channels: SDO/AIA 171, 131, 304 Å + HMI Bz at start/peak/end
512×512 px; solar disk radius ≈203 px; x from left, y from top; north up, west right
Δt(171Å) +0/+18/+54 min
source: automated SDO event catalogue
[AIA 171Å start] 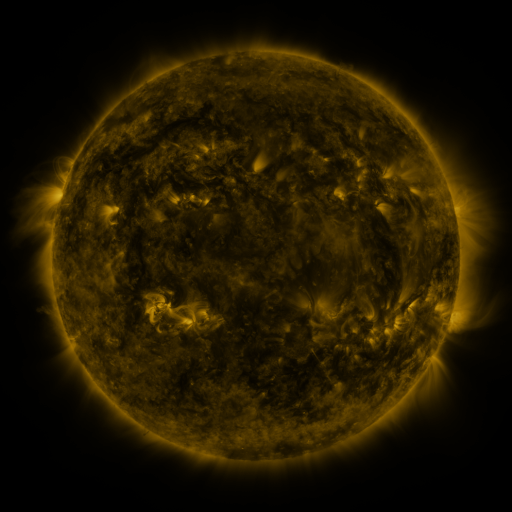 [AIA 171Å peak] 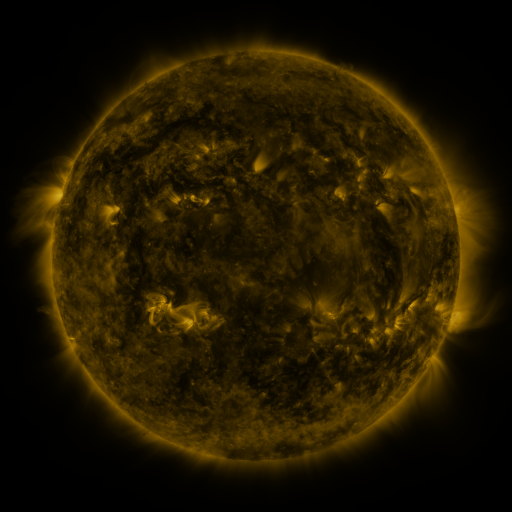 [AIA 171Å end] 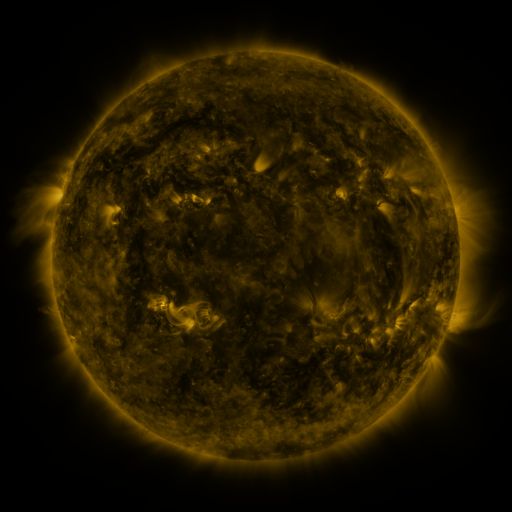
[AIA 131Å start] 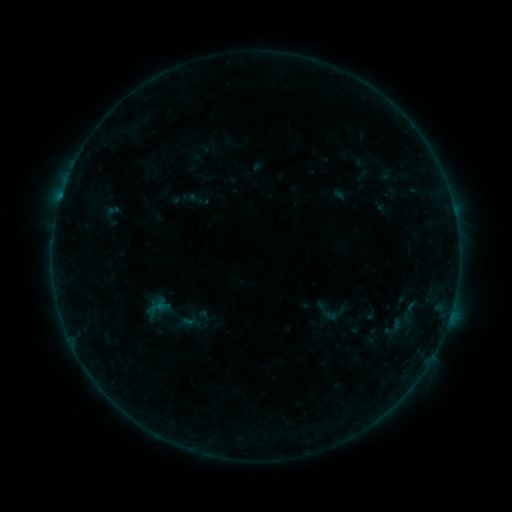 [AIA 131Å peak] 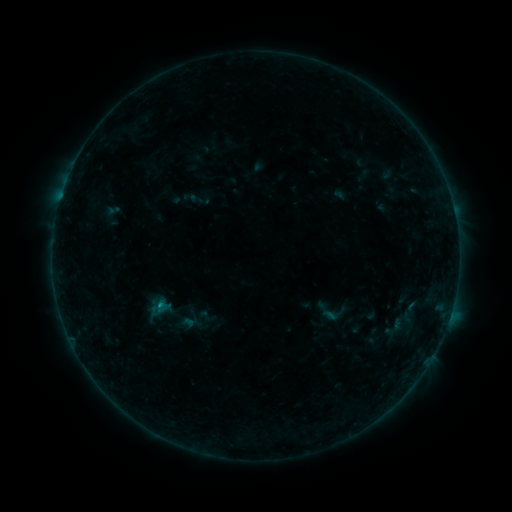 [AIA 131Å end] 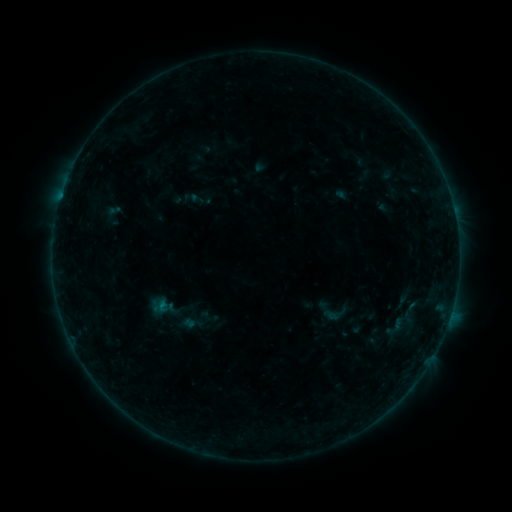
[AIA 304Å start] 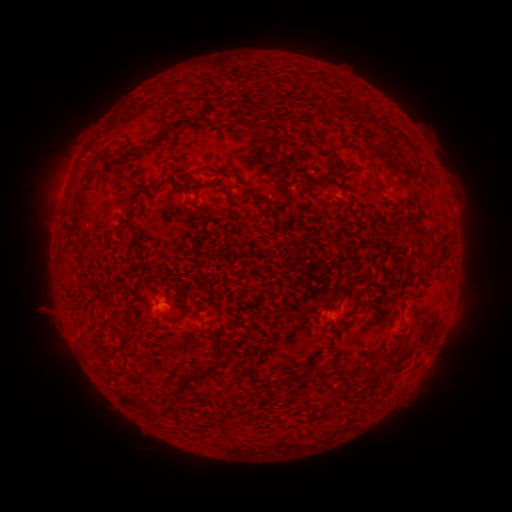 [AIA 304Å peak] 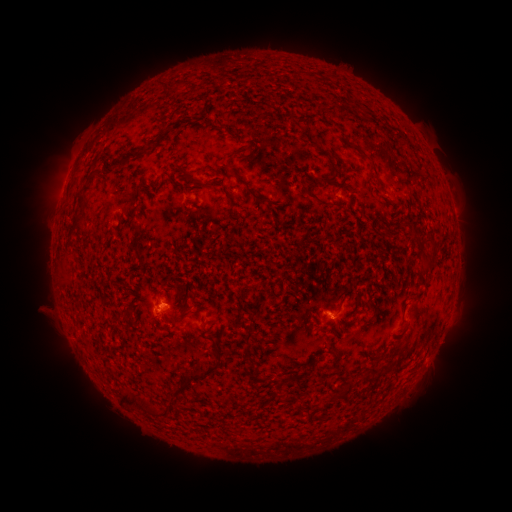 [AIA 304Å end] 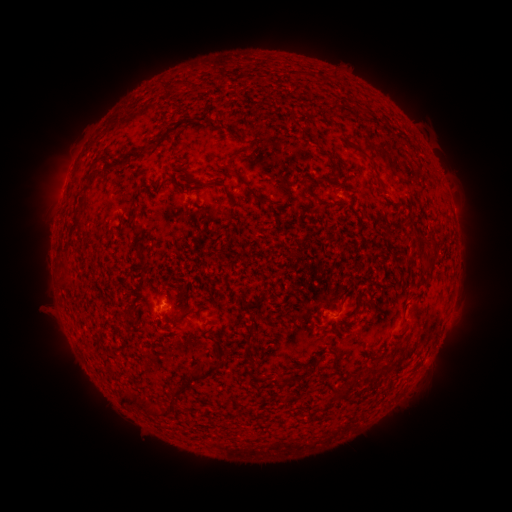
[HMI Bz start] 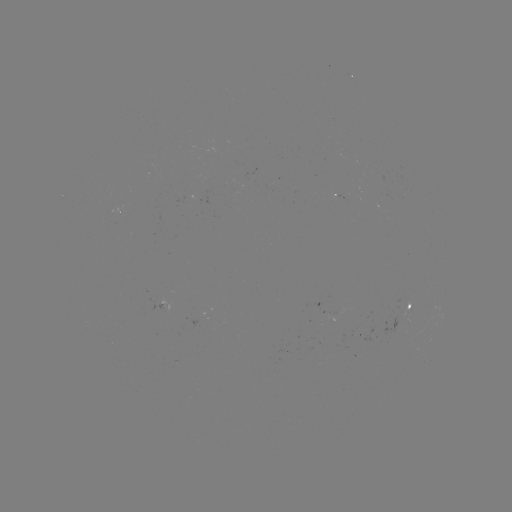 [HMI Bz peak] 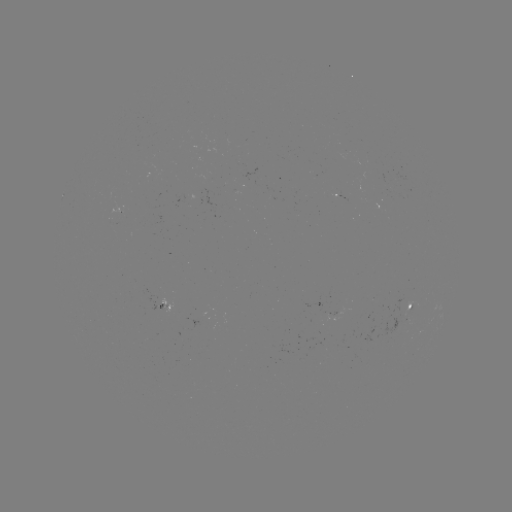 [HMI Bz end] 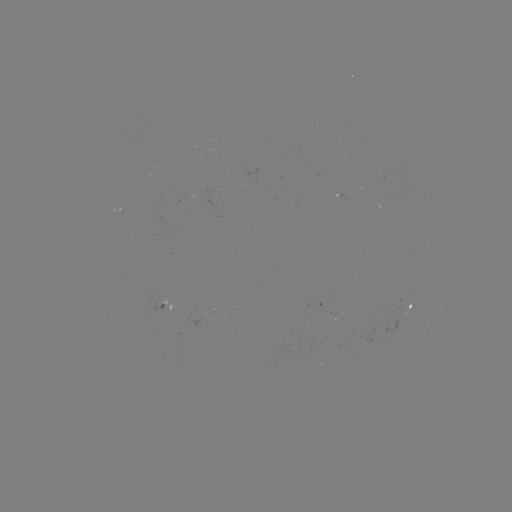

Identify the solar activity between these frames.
B3.2 flare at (160, 304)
